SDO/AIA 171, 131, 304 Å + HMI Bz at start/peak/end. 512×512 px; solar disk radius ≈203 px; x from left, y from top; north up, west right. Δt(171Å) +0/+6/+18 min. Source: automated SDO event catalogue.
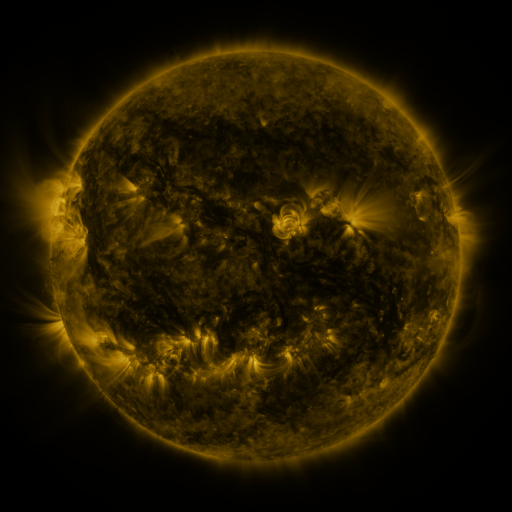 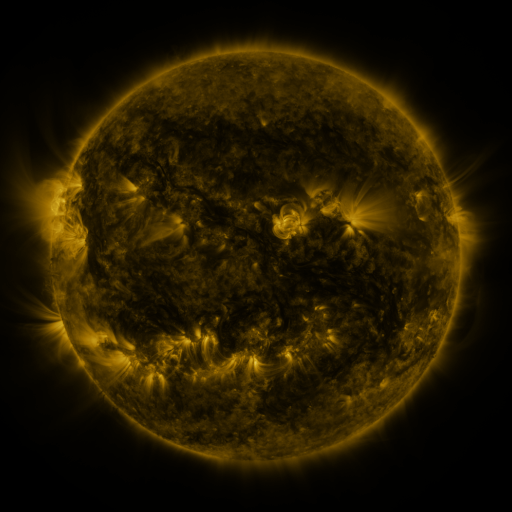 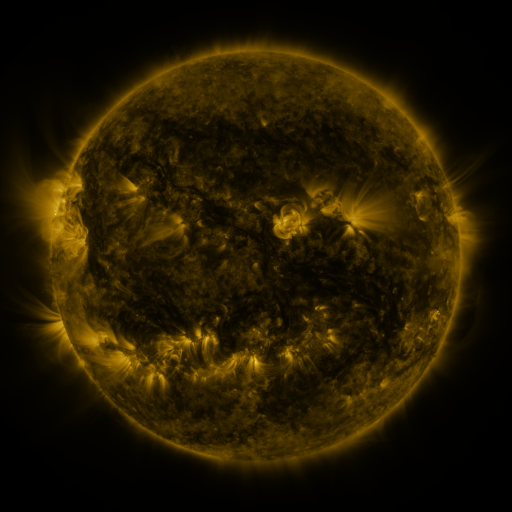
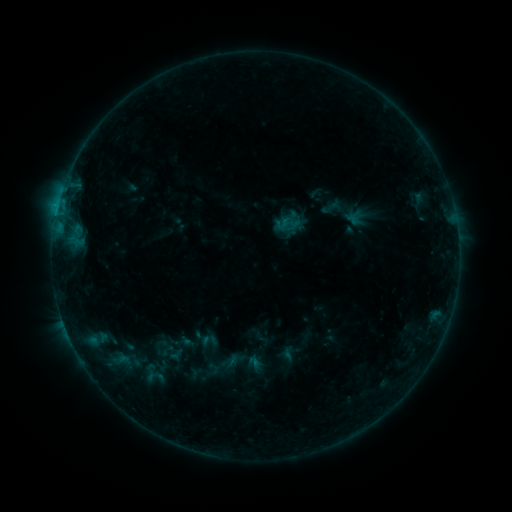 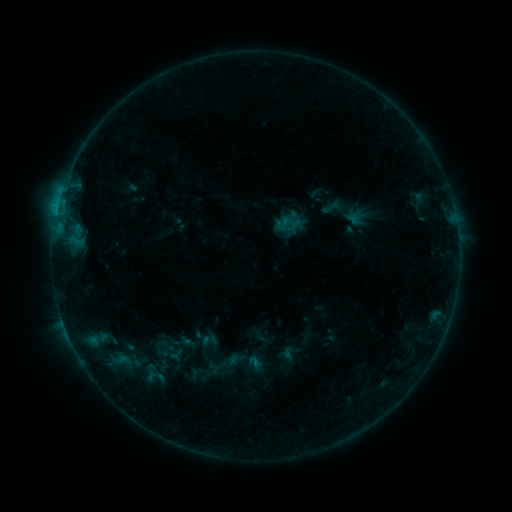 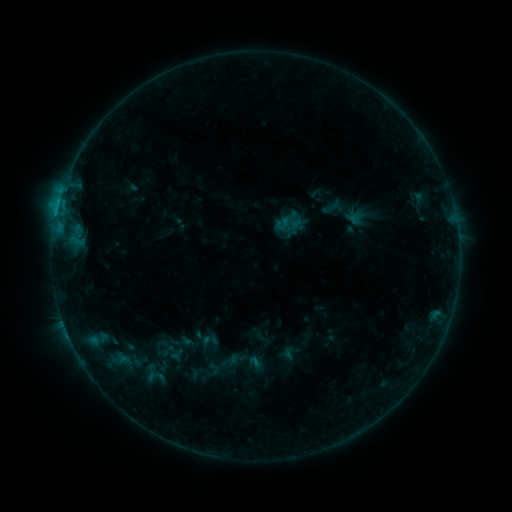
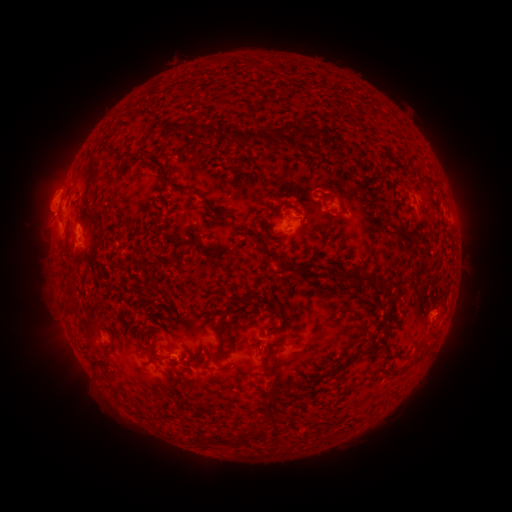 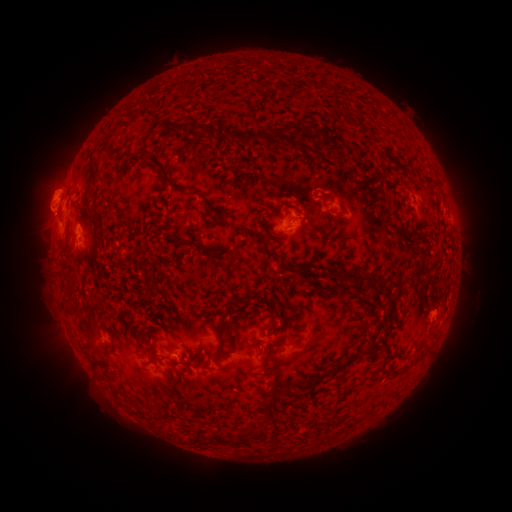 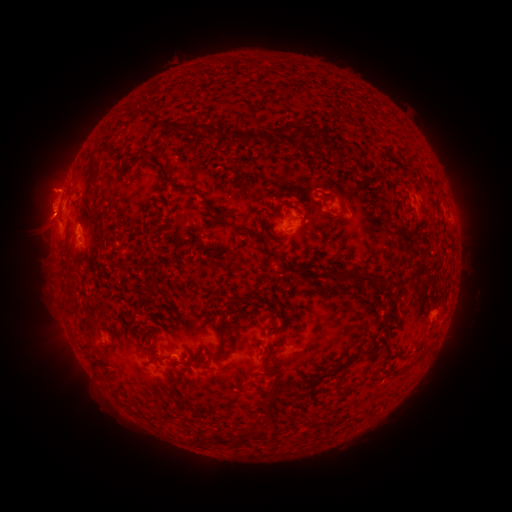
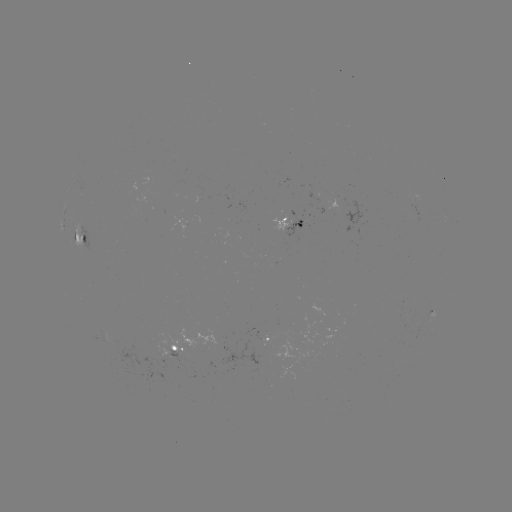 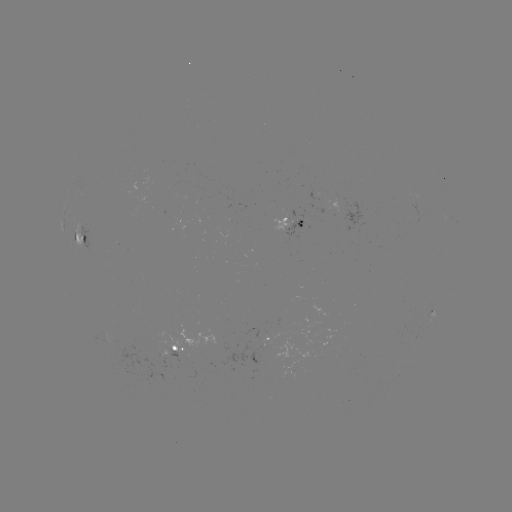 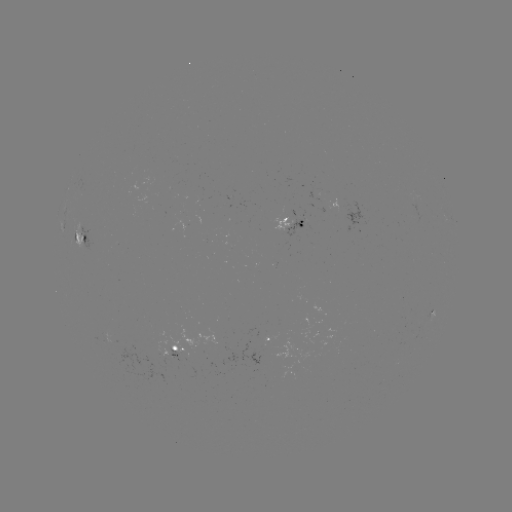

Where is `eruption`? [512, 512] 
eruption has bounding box [16, 161, 72, 222].